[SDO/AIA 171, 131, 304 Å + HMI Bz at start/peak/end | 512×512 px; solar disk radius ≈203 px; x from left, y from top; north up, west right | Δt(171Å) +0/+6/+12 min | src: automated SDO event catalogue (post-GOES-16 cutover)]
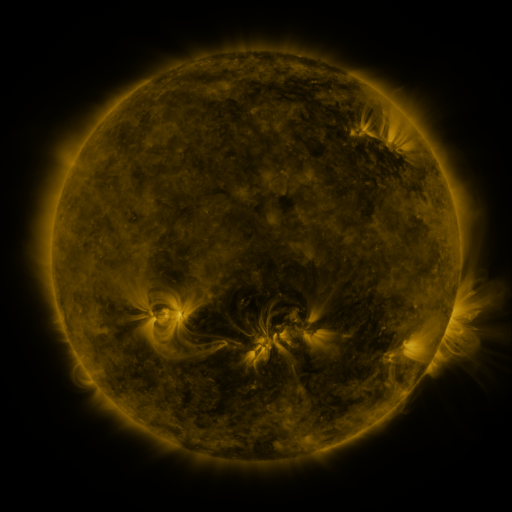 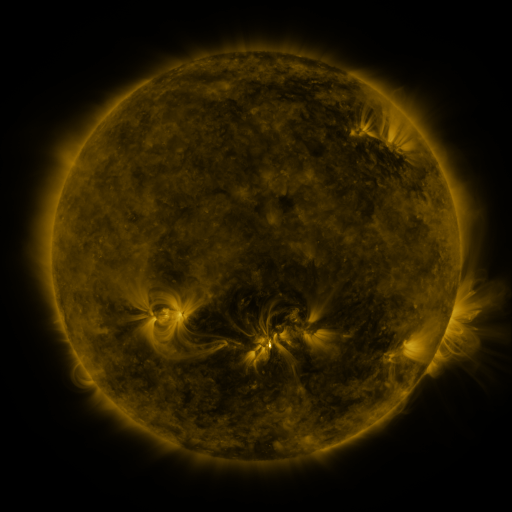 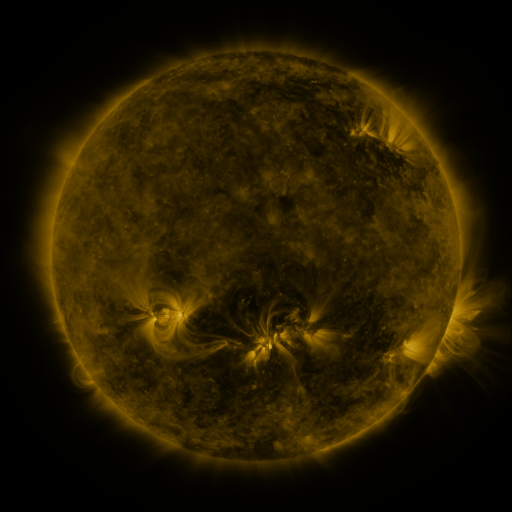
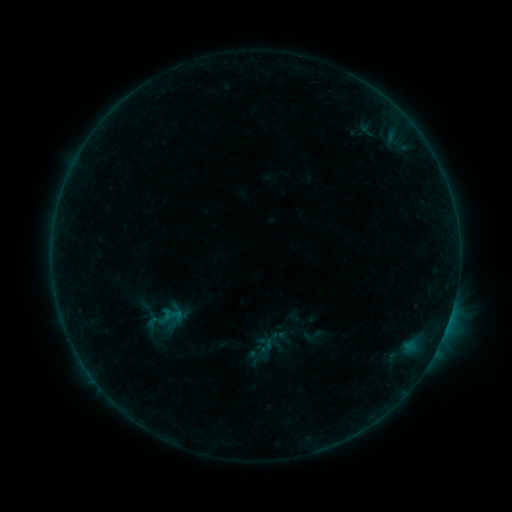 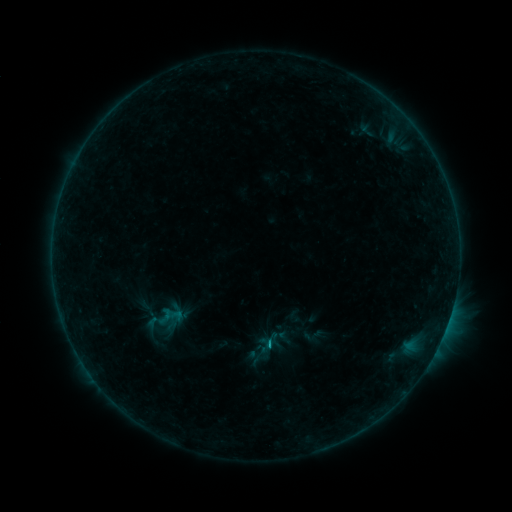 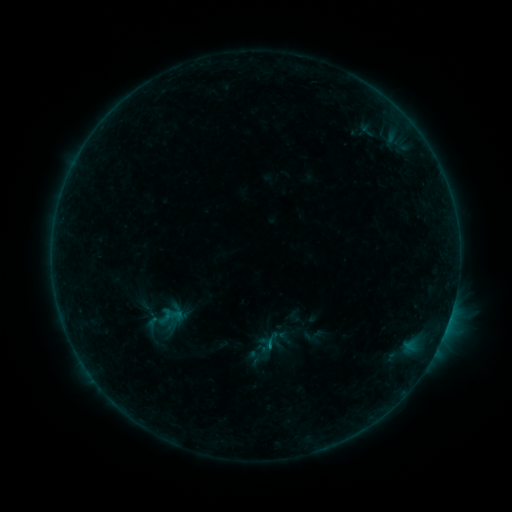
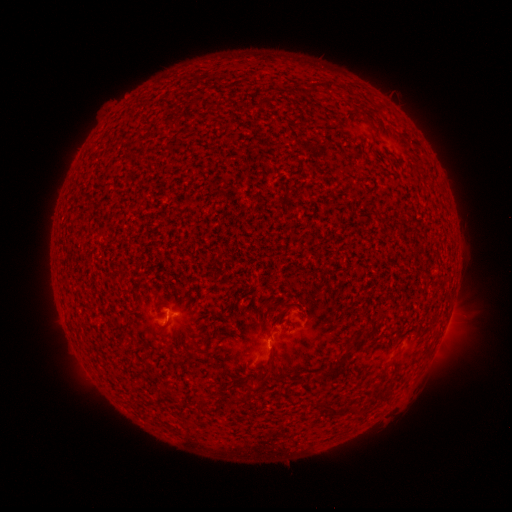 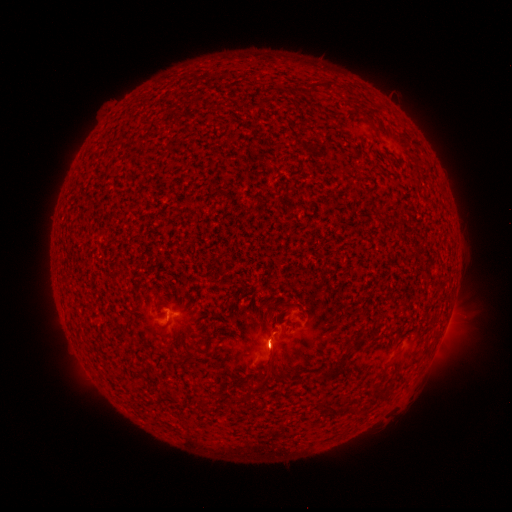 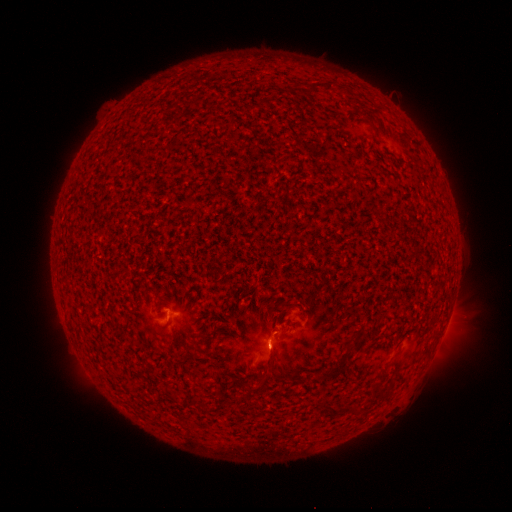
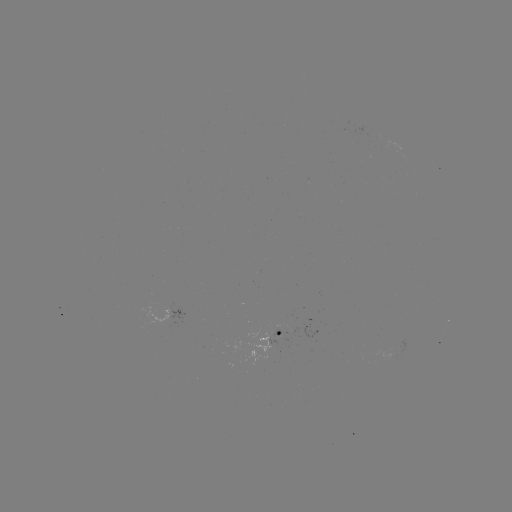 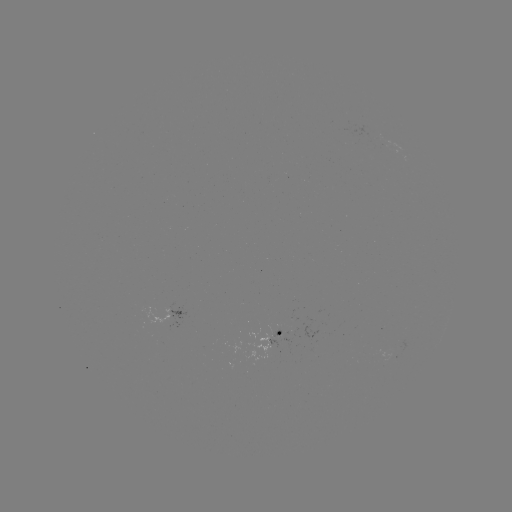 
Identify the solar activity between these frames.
B5.4 flare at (268, 342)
